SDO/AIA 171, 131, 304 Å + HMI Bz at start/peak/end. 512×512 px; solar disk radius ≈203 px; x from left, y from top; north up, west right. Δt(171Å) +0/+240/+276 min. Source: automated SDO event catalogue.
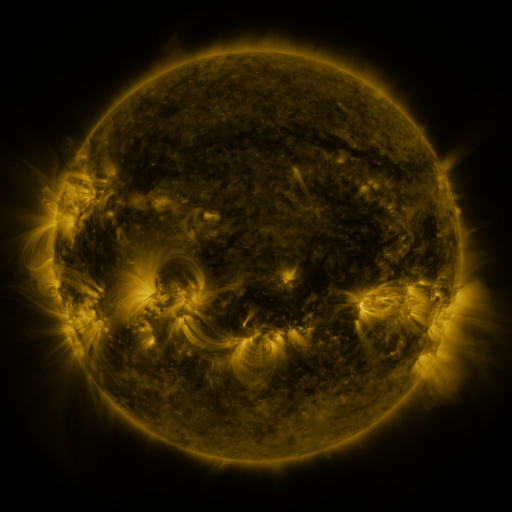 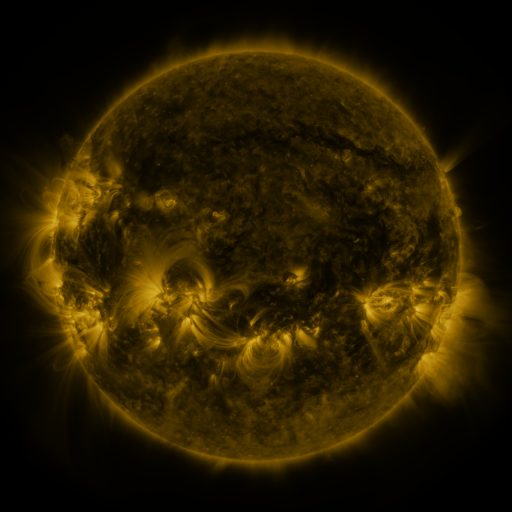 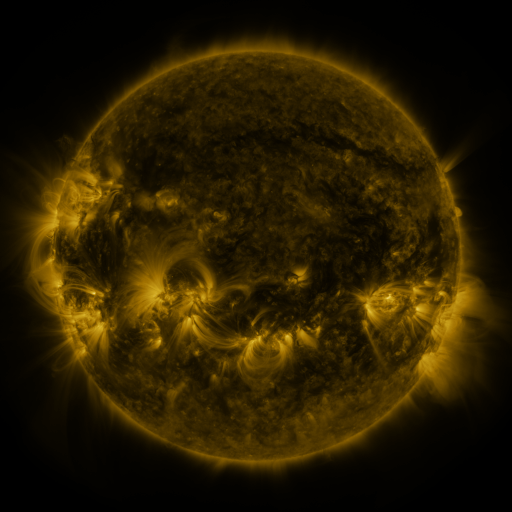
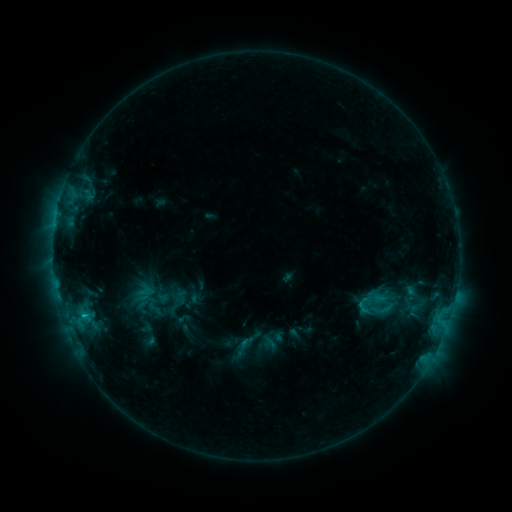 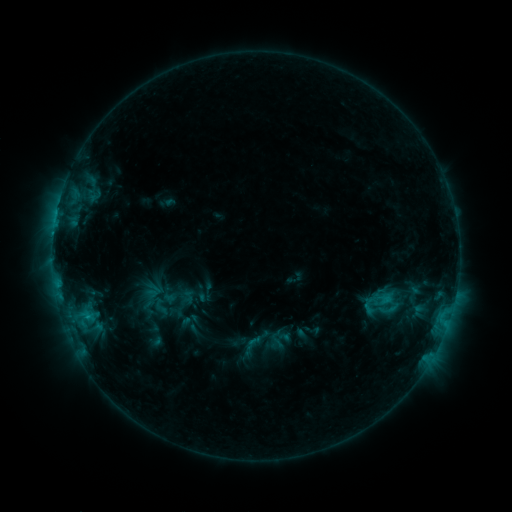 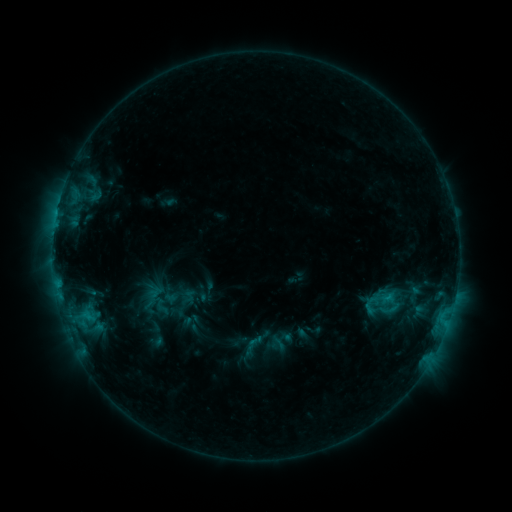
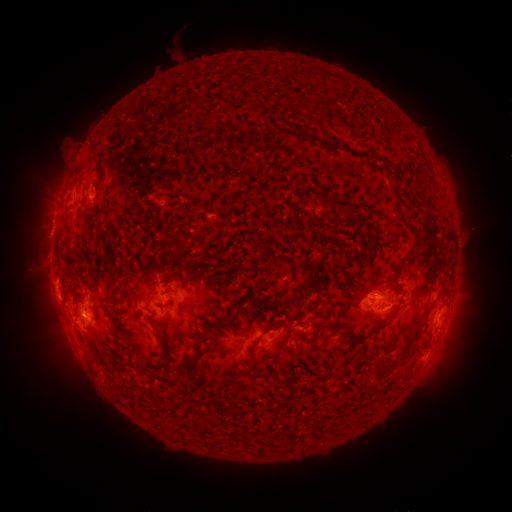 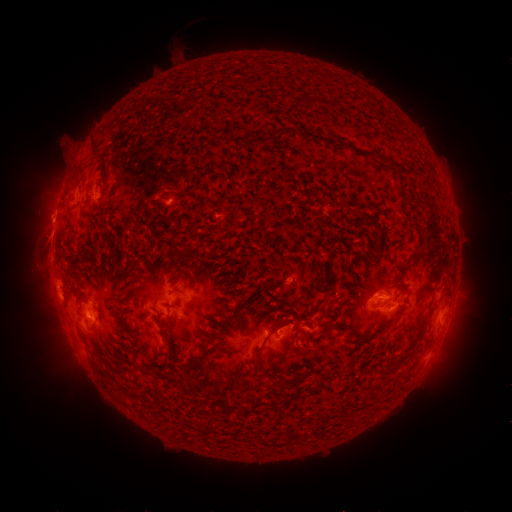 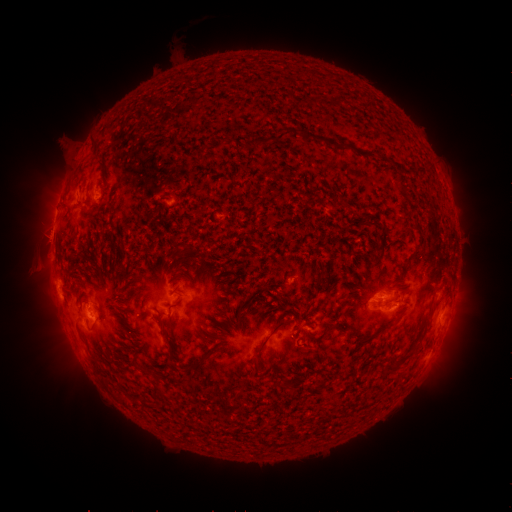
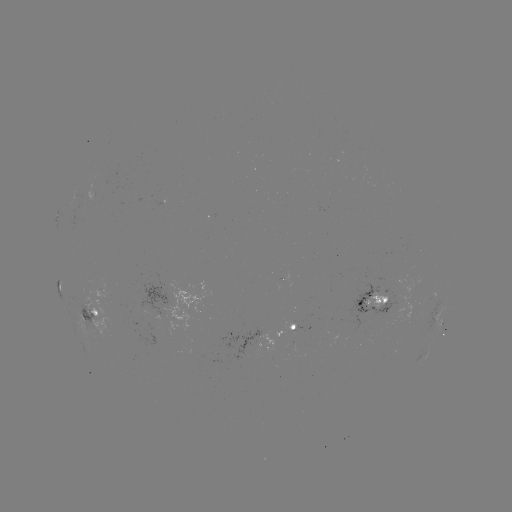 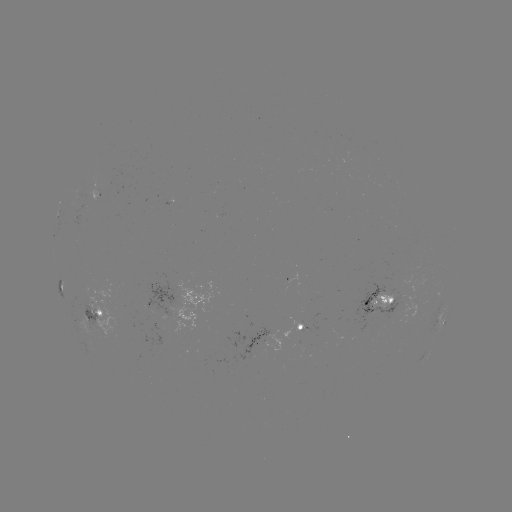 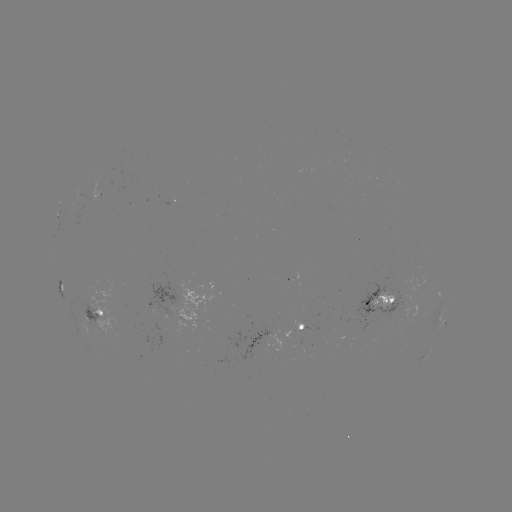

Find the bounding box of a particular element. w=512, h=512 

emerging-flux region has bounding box [286, 273, 296, 283].